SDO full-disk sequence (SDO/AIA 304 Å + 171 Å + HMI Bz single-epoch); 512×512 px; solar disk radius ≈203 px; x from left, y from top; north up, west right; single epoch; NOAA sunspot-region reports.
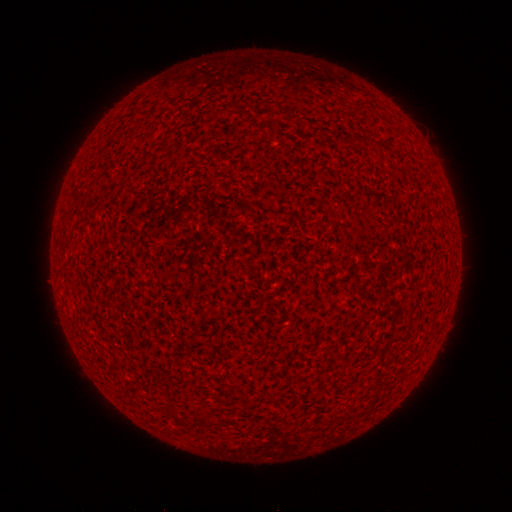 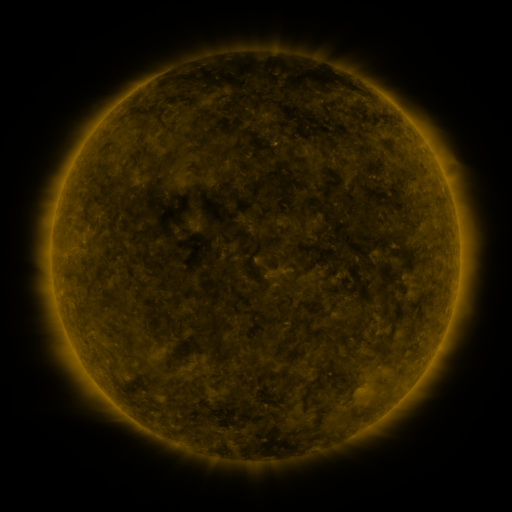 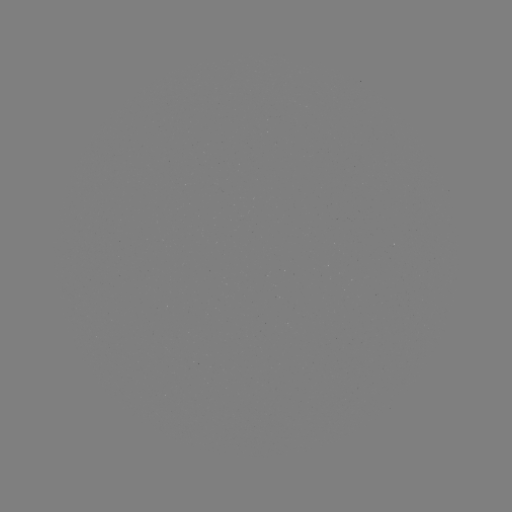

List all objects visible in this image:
(none)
